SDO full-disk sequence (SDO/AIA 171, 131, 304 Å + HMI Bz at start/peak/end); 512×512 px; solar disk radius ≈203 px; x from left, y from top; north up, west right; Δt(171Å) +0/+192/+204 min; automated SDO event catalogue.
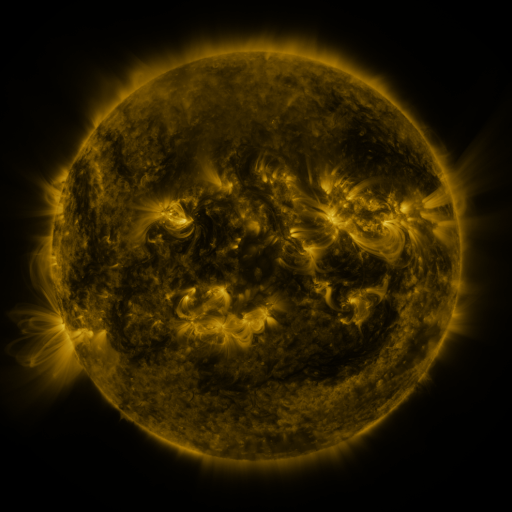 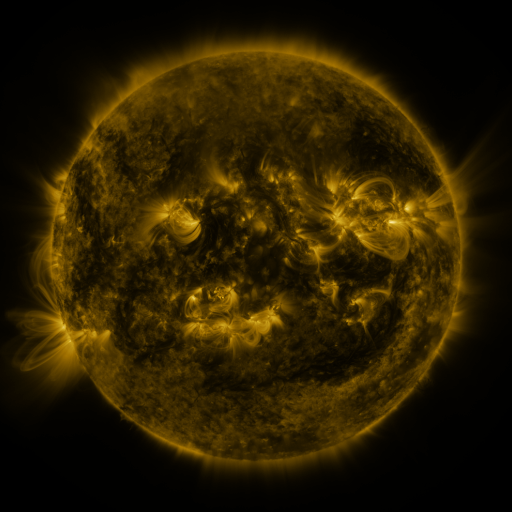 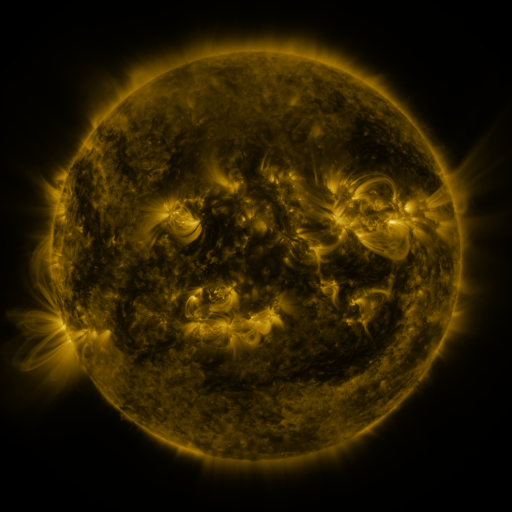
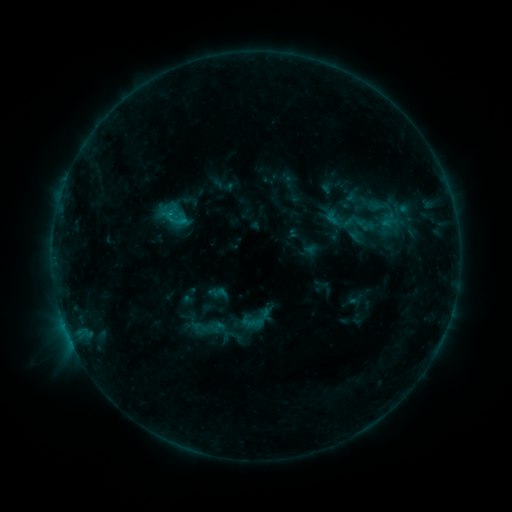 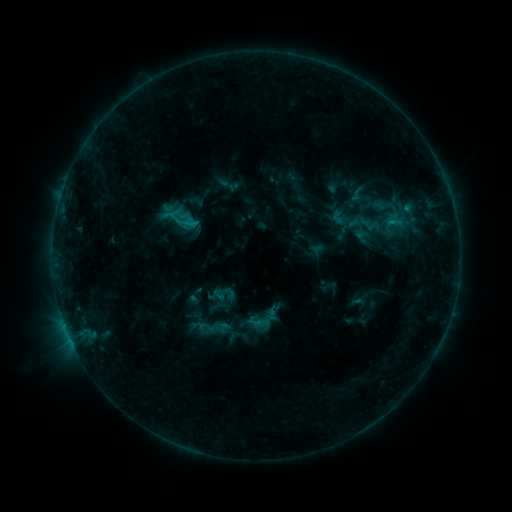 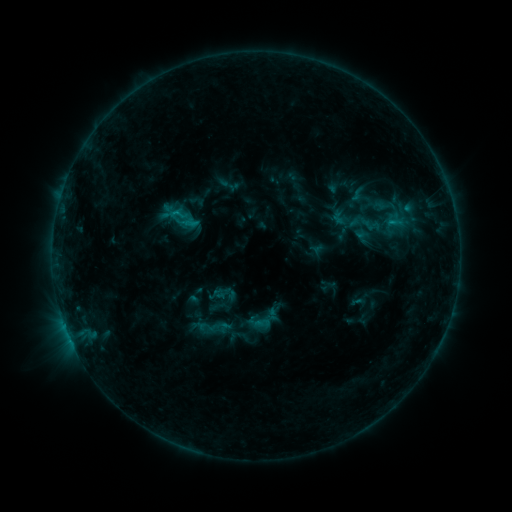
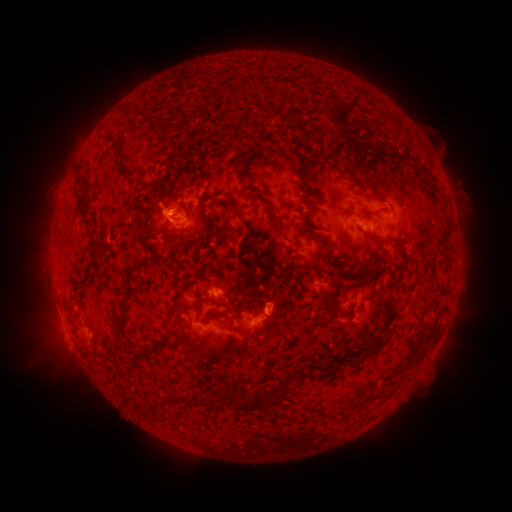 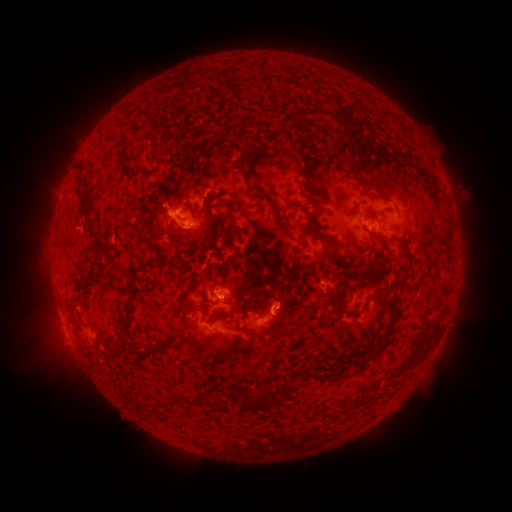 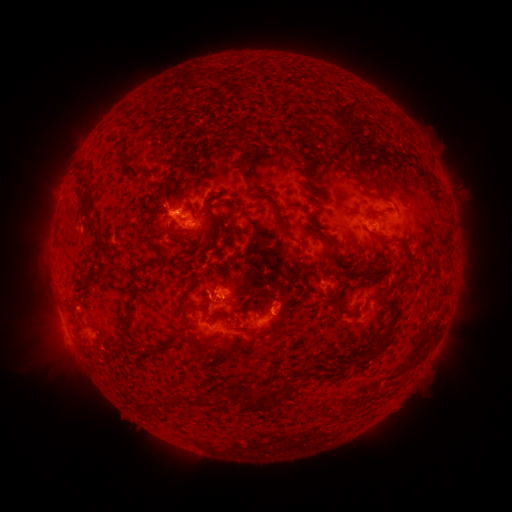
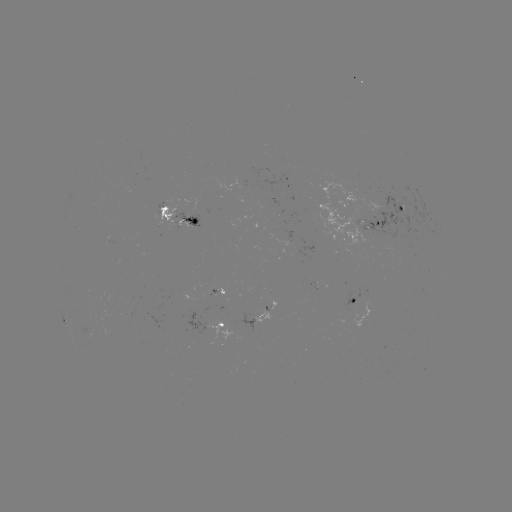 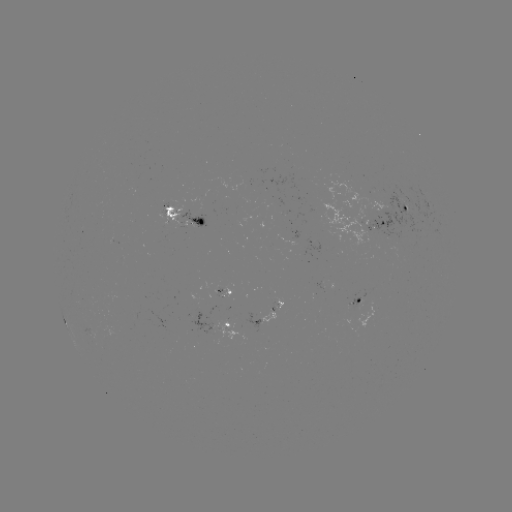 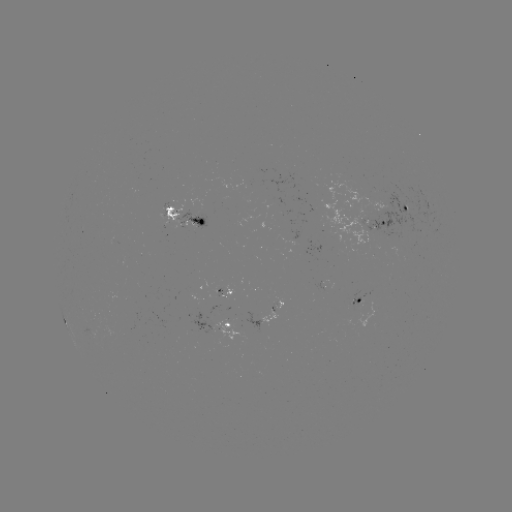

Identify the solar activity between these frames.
emerging-flux region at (277, 303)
